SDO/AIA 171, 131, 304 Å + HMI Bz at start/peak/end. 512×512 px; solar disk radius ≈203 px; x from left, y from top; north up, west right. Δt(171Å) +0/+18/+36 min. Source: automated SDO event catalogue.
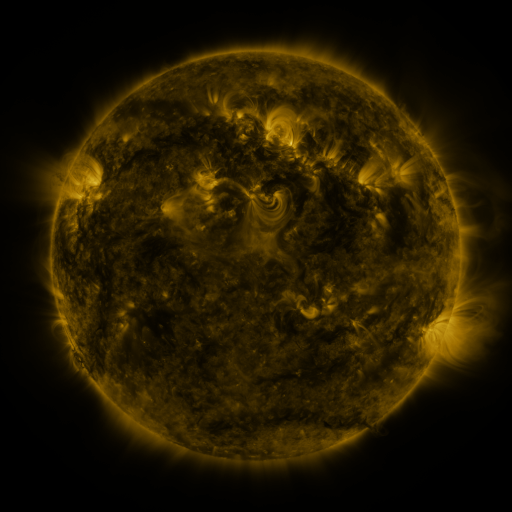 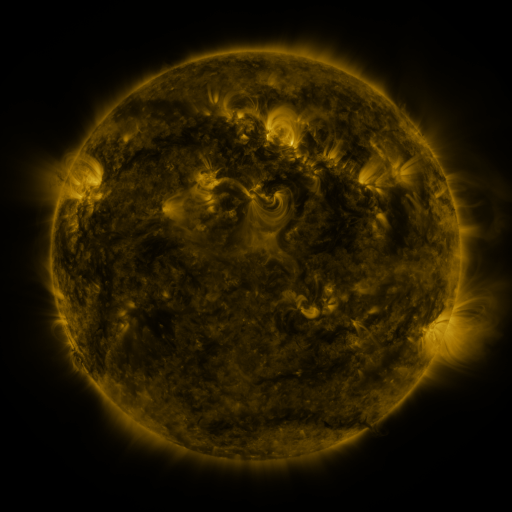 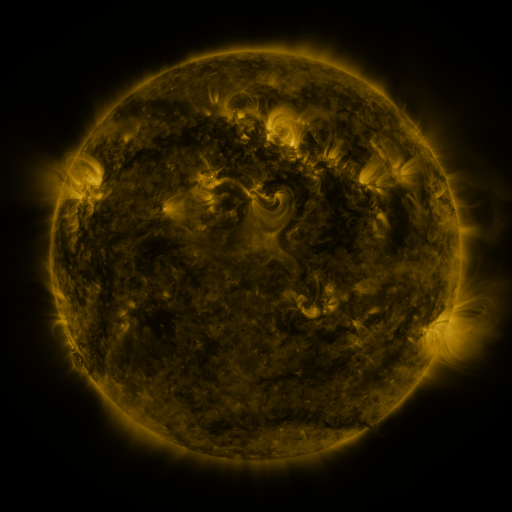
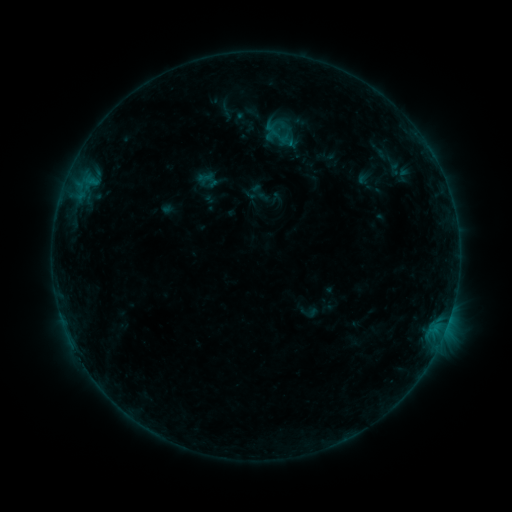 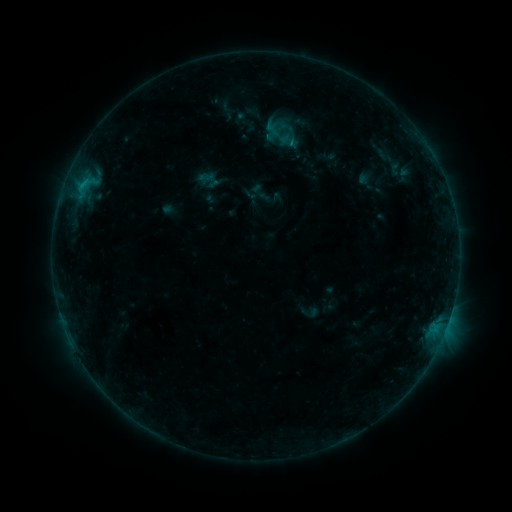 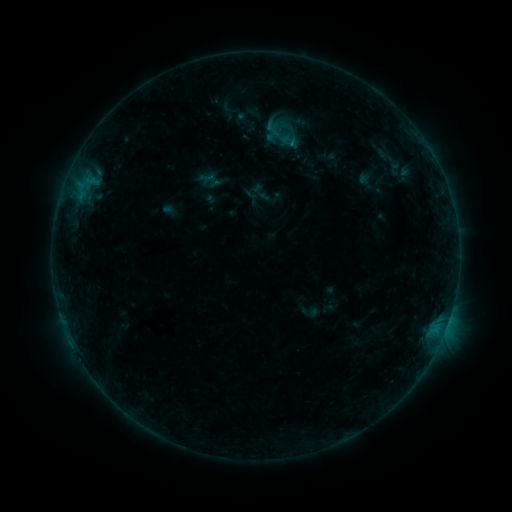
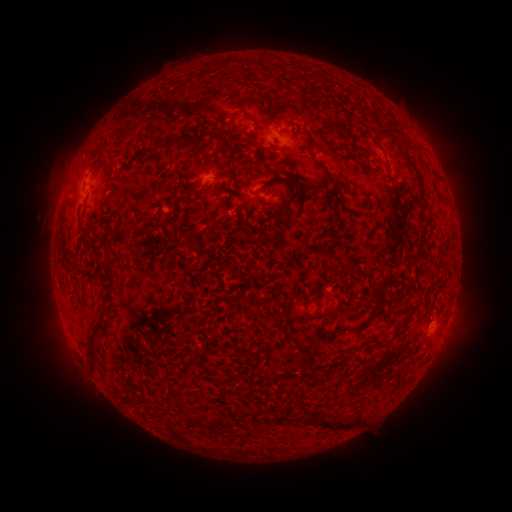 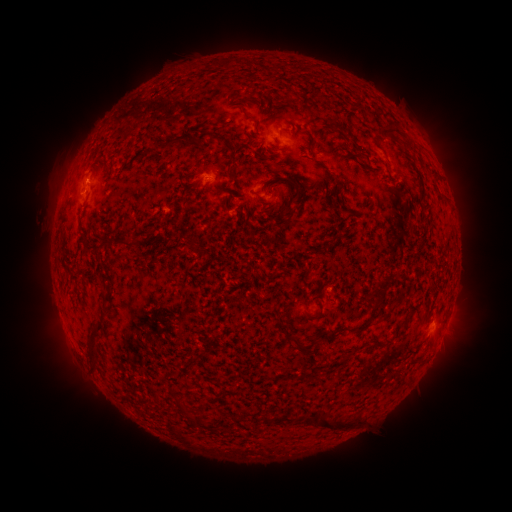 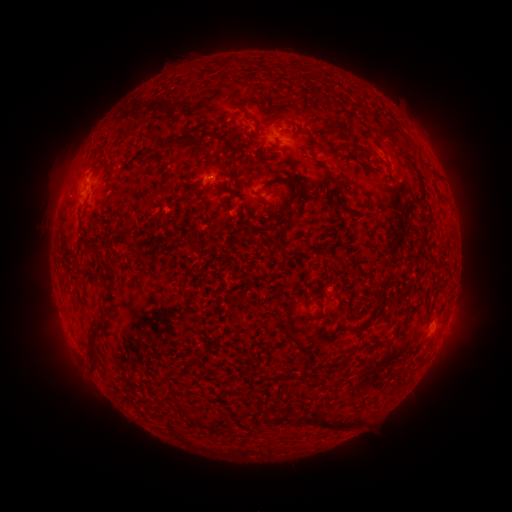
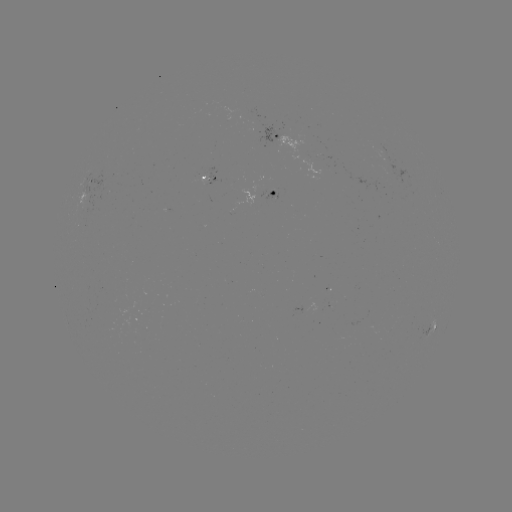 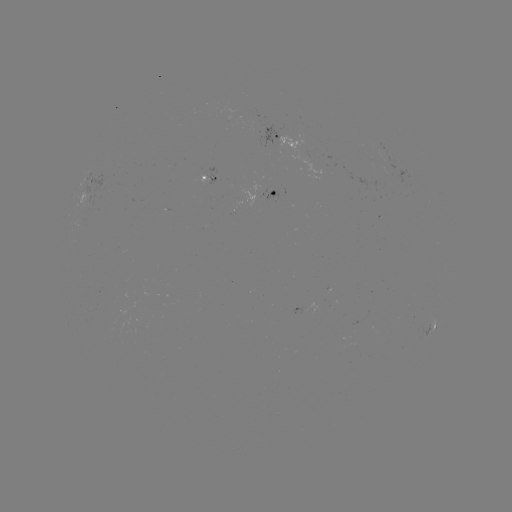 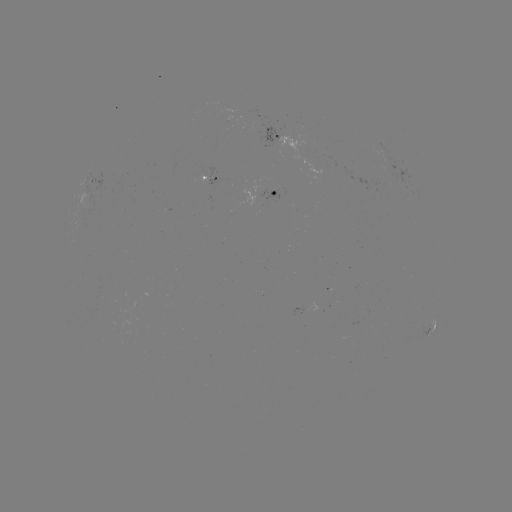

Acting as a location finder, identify B4.1 flare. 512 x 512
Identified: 84,185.